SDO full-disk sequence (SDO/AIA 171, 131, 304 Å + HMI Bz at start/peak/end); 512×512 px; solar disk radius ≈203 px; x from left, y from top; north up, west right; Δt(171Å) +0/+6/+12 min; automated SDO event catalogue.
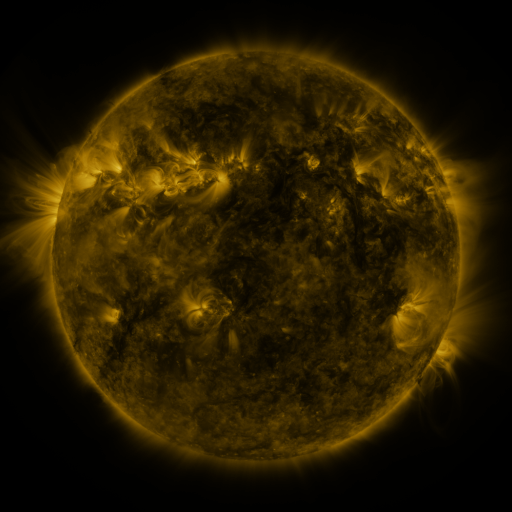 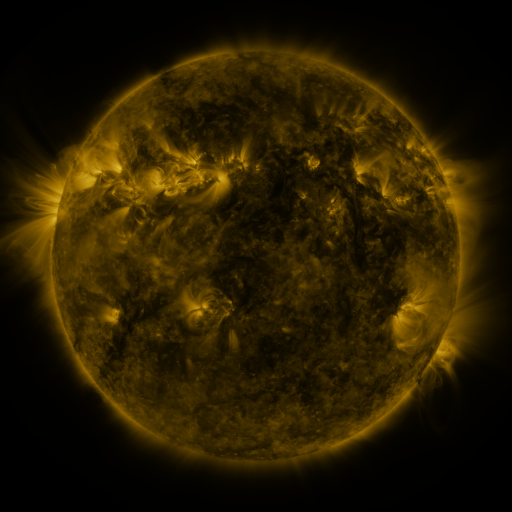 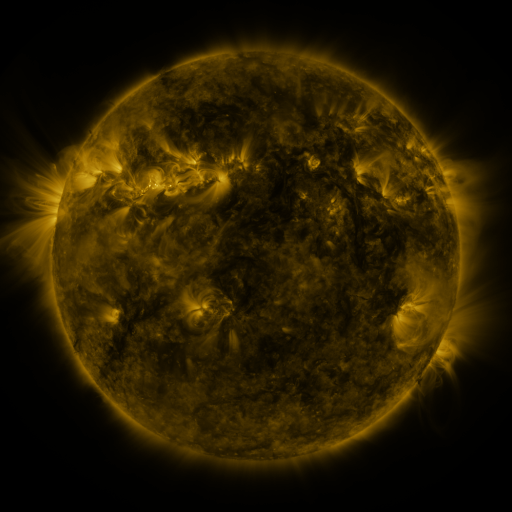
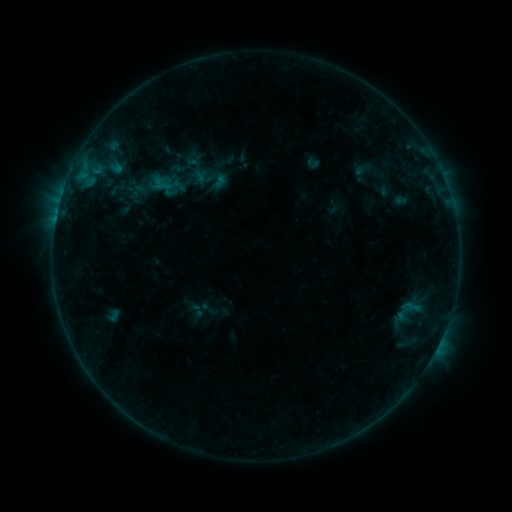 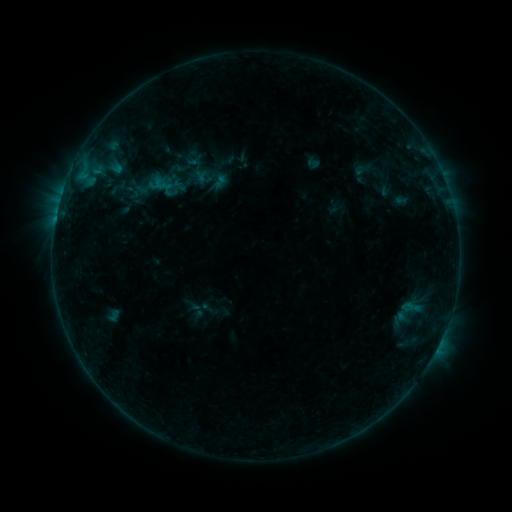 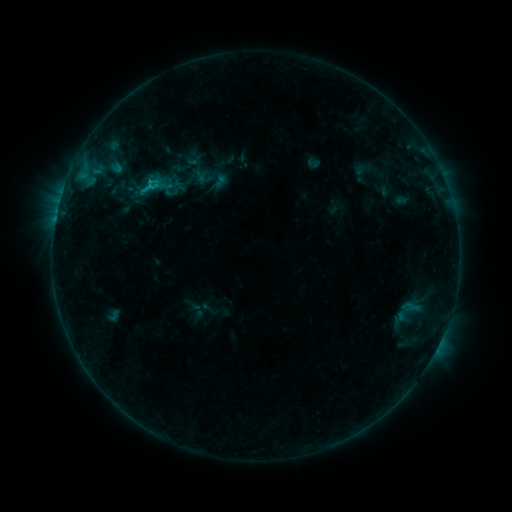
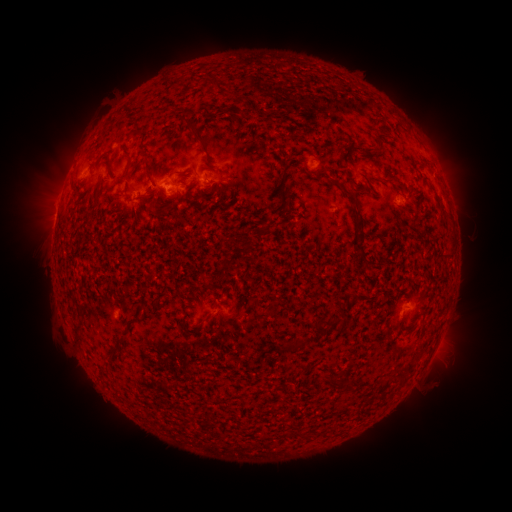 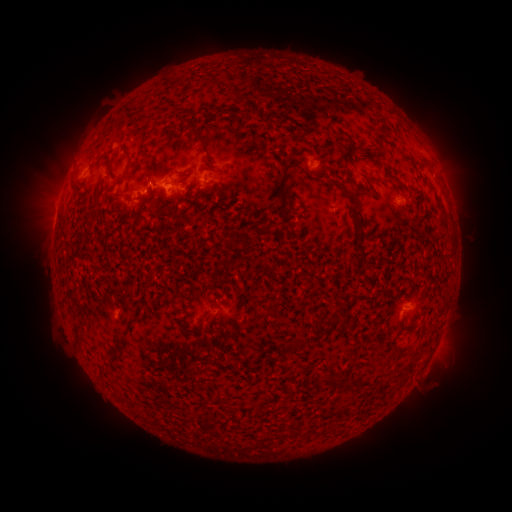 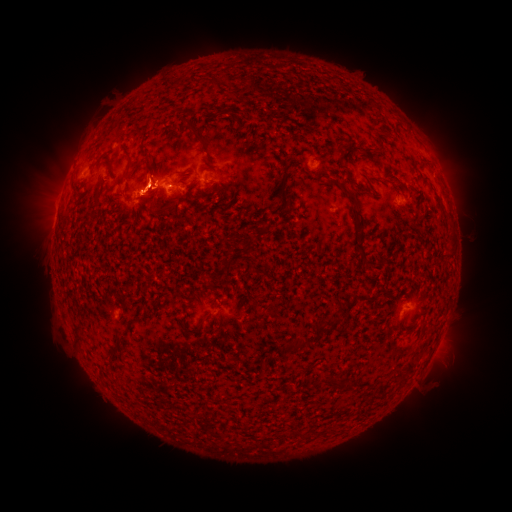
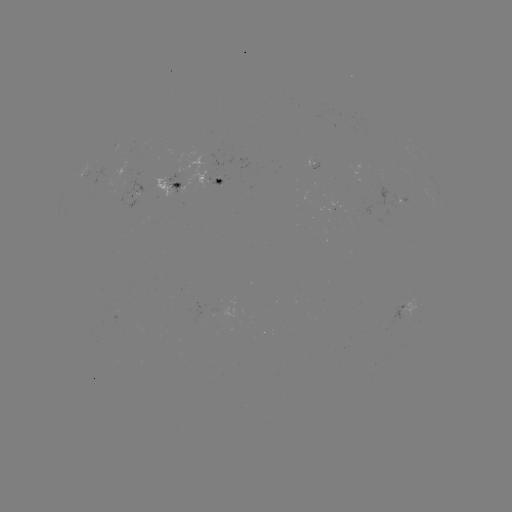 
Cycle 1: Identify B9.3 flare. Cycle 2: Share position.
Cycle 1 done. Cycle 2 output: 152,188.